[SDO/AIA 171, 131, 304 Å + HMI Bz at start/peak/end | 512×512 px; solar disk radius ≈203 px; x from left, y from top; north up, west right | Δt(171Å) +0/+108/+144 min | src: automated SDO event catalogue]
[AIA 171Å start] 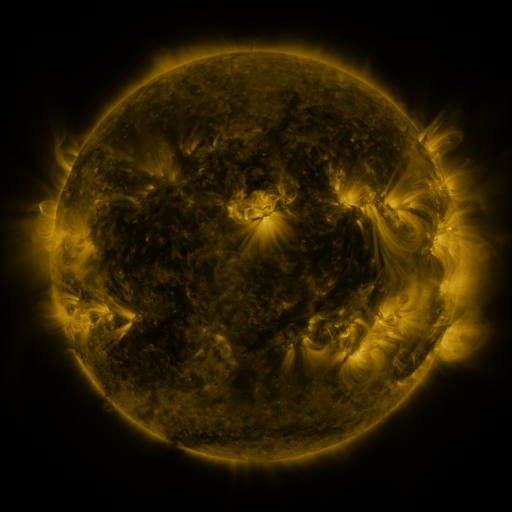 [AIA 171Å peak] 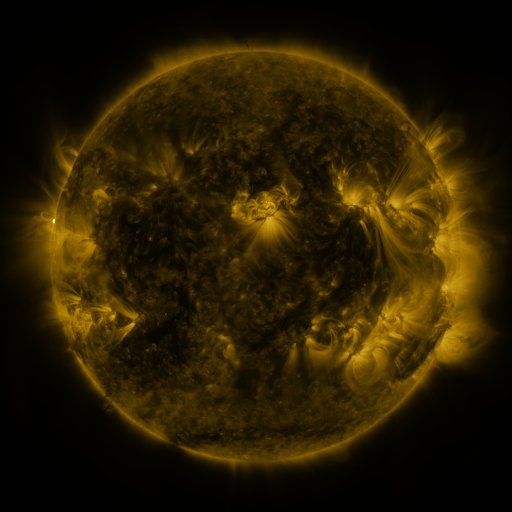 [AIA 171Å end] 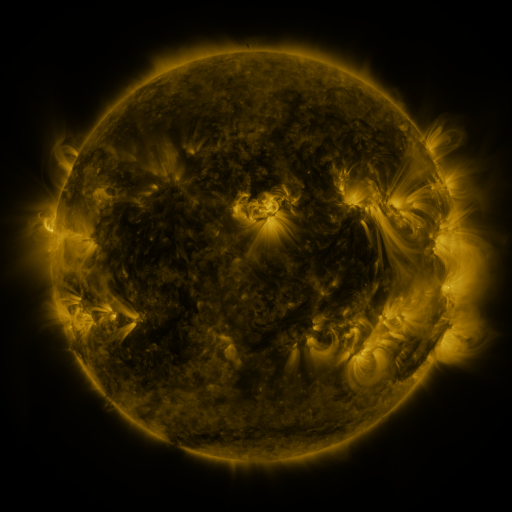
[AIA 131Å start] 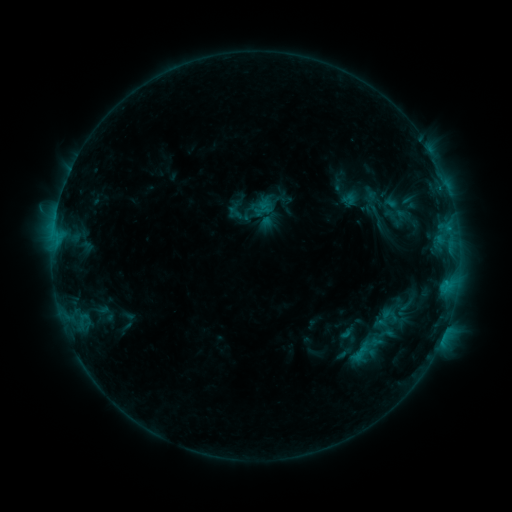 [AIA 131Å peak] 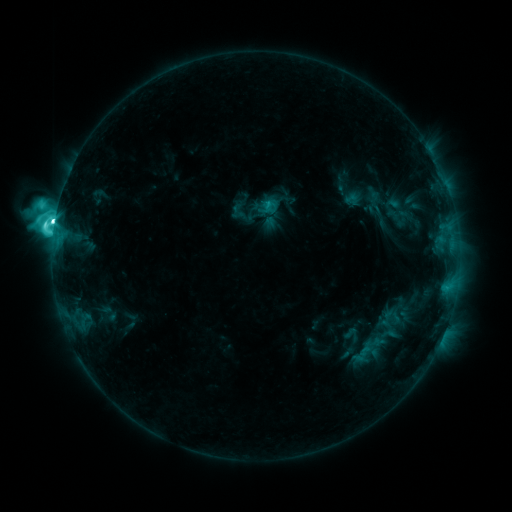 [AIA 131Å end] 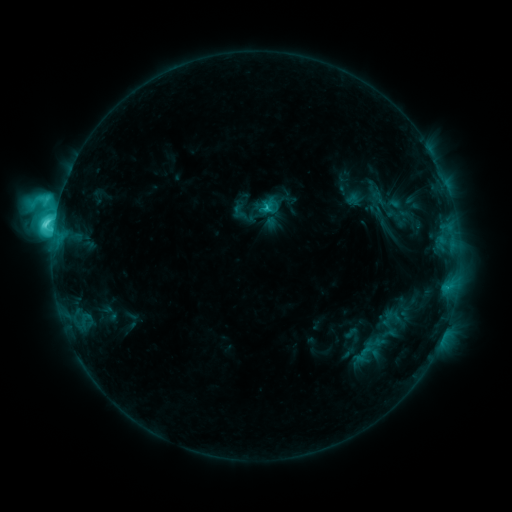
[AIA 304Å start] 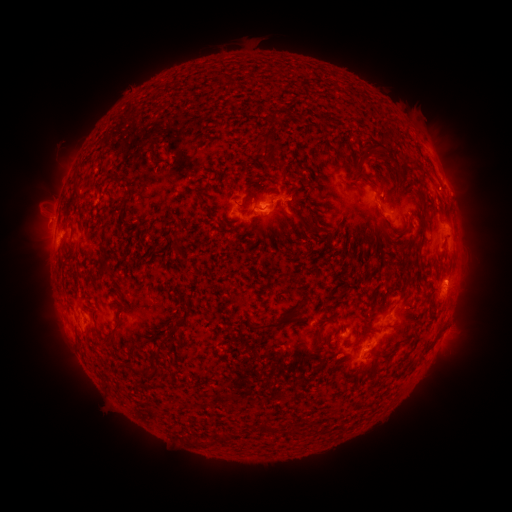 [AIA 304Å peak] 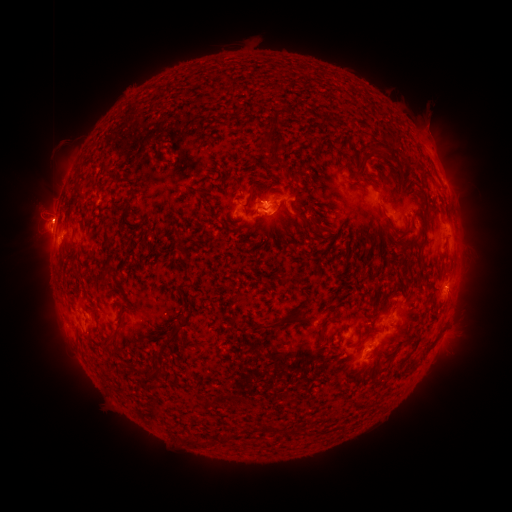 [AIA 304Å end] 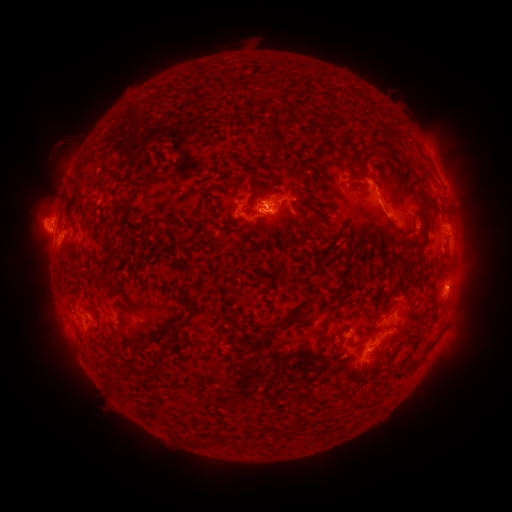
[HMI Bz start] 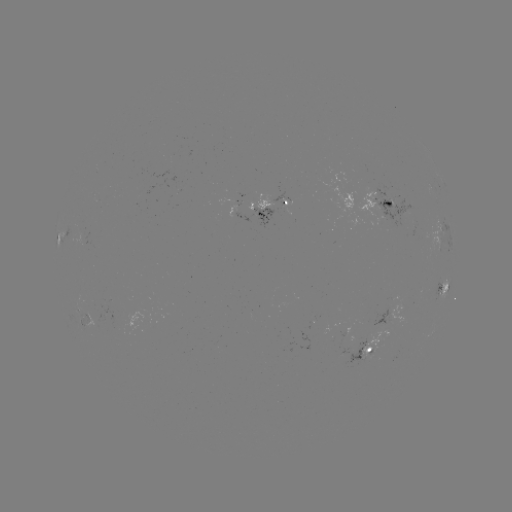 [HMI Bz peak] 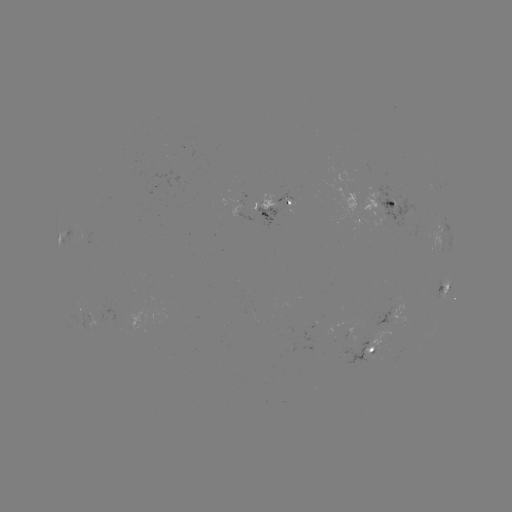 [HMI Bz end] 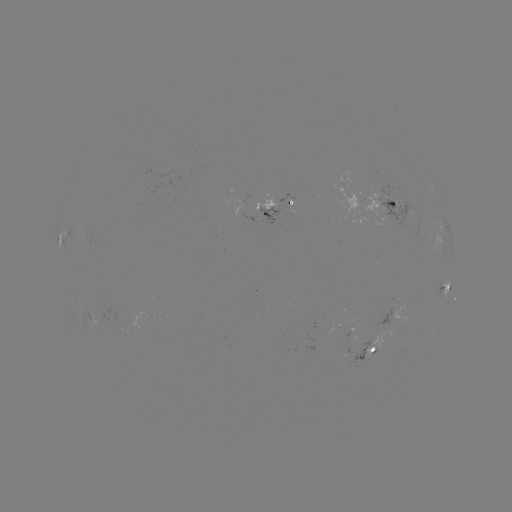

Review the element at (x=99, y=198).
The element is emerging-flux region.